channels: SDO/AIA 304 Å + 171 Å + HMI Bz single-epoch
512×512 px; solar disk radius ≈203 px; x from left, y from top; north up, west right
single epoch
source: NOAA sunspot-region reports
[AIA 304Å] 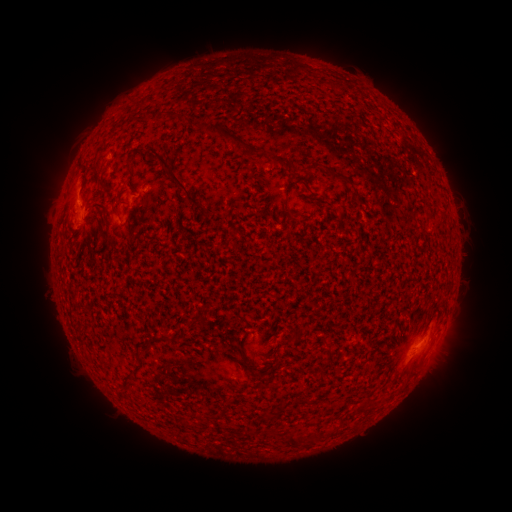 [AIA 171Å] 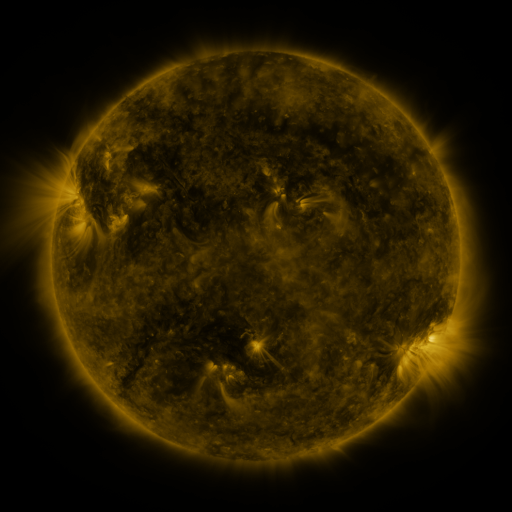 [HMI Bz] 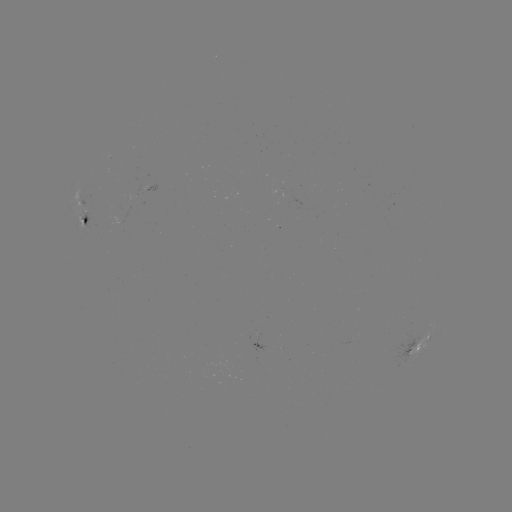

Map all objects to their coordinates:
spotted active region: (79, 215)
spotted active region: (420, 347)
